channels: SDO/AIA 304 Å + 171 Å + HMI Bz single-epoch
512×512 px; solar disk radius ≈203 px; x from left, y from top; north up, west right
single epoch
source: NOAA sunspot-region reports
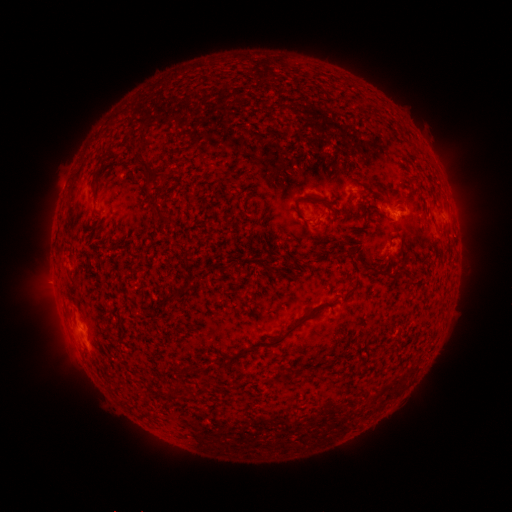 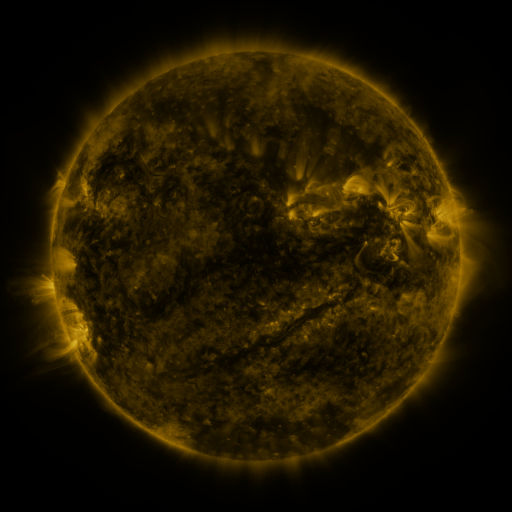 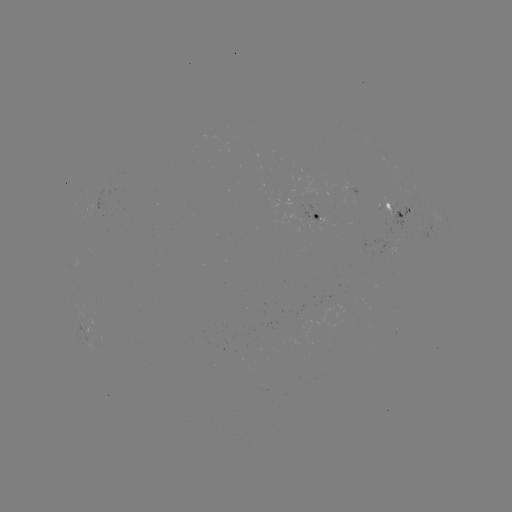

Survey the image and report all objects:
spotted active region: (355, 189)
spotted active region: (398, 210)
spotted active region: (318, 218)
